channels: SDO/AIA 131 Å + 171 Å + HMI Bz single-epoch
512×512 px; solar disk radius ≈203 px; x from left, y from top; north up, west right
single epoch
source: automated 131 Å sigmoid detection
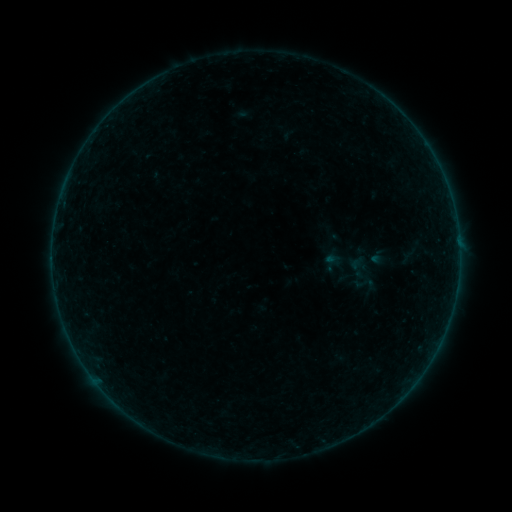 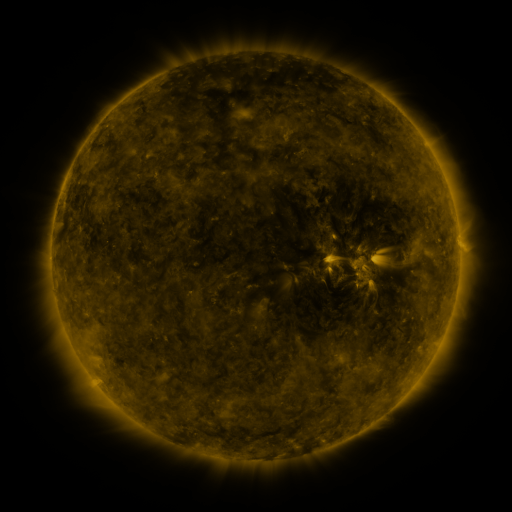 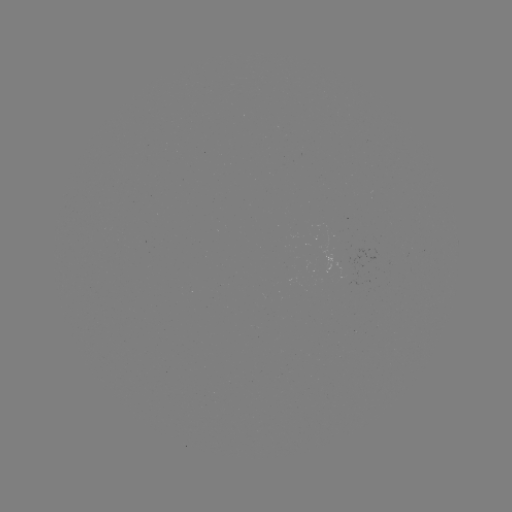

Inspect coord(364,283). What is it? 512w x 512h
sigmoid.